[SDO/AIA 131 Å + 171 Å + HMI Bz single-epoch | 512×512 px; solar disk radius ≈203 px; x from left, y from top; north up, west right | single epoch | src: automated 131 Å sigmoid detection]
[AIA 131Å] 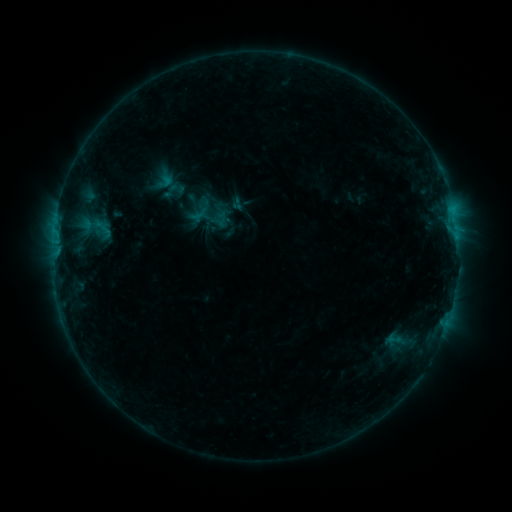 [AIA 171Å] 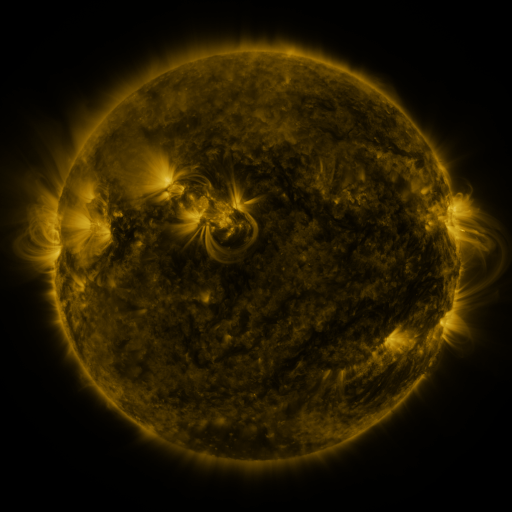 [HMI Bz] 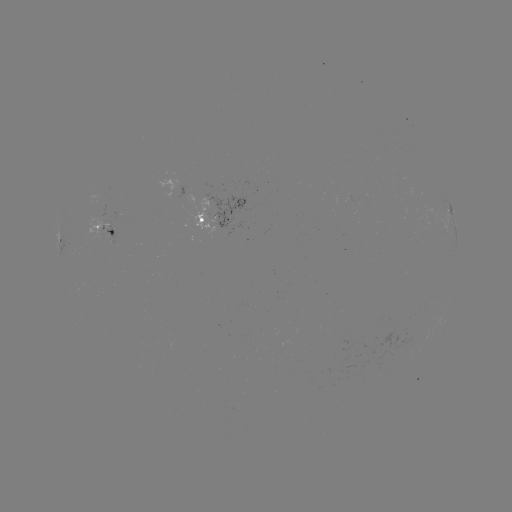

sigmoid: (161, 177, 187, 203)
